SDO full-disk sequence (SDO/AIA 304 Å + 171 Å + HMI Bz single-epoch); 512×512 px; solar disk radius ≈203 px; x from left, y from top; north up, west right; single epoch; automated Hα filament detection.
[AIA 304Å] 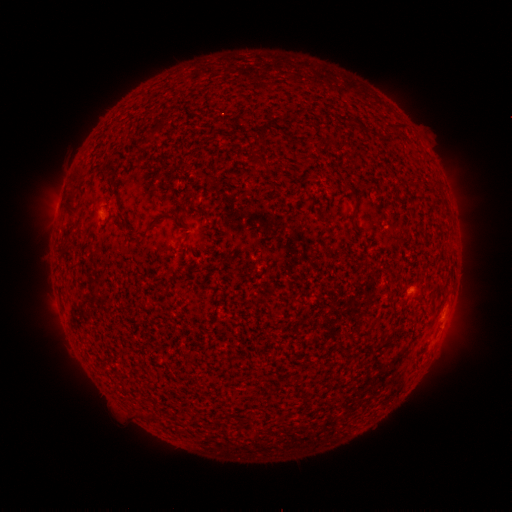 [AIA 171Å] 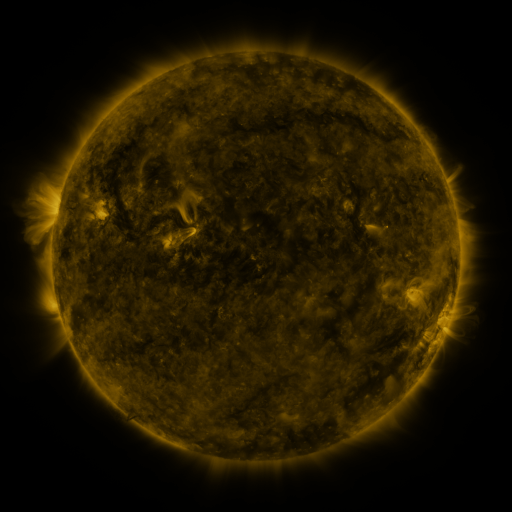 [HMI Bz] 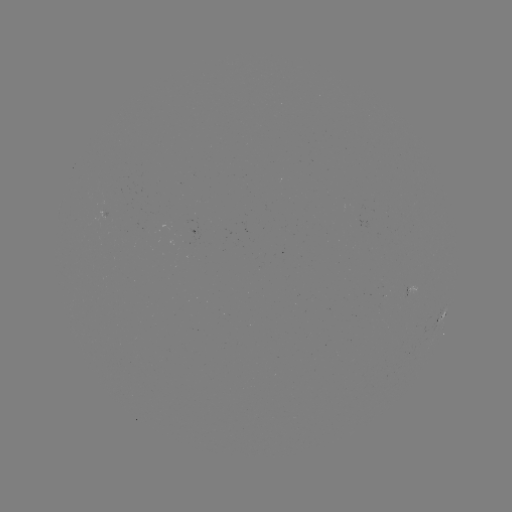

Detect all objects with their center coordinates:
filament: (102, 163, 118, 172)
filament: (64, 201, 76, 215)
filament: (142, 213, 170, 236)
